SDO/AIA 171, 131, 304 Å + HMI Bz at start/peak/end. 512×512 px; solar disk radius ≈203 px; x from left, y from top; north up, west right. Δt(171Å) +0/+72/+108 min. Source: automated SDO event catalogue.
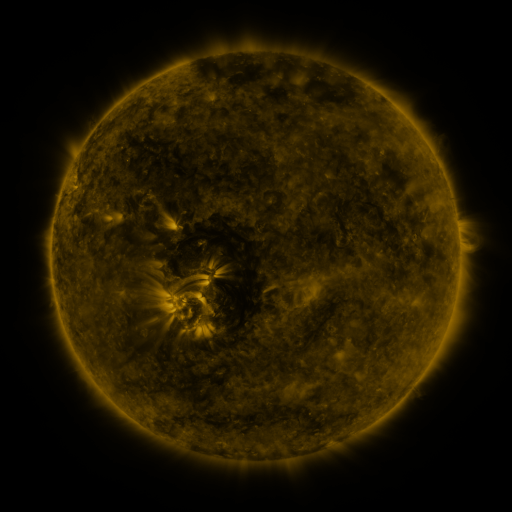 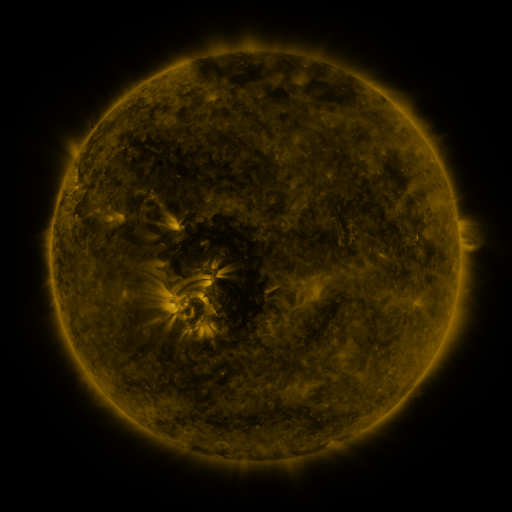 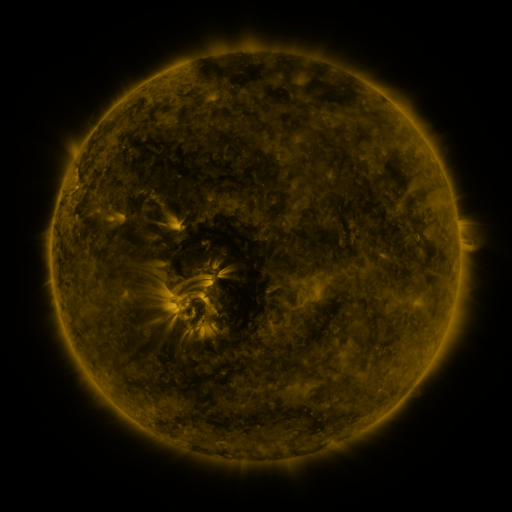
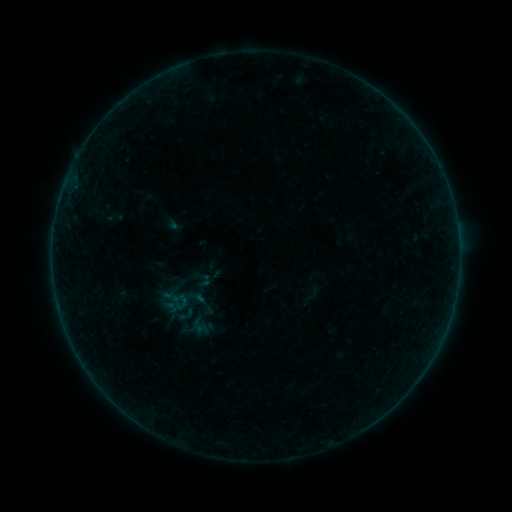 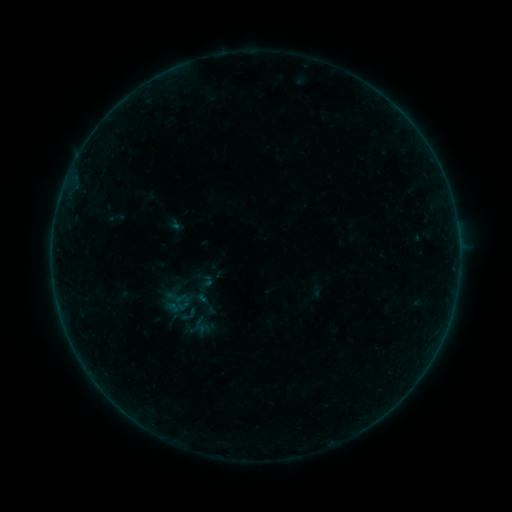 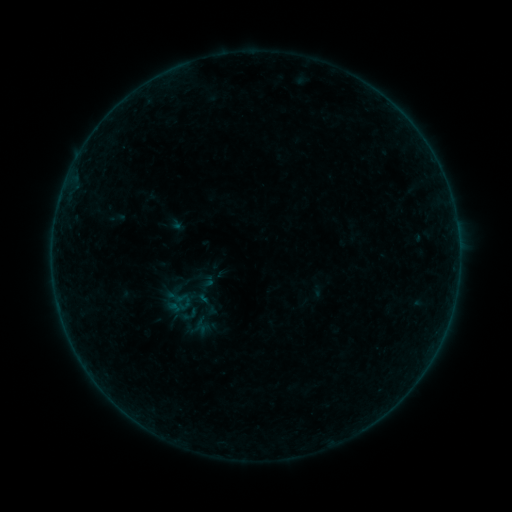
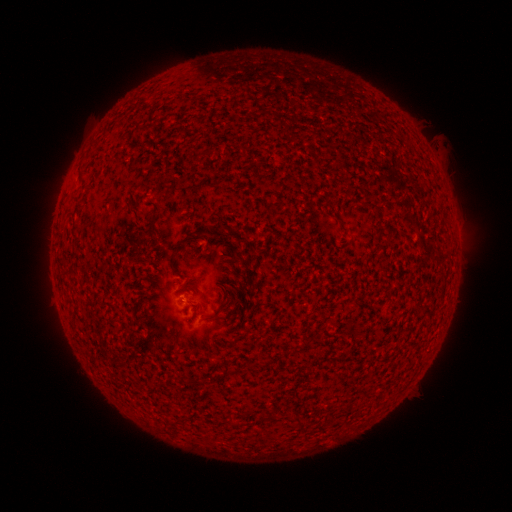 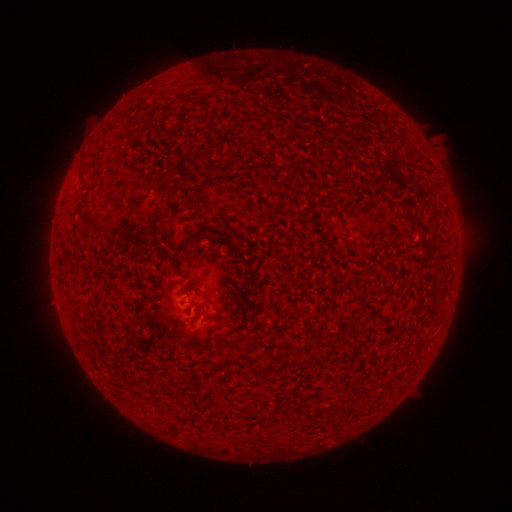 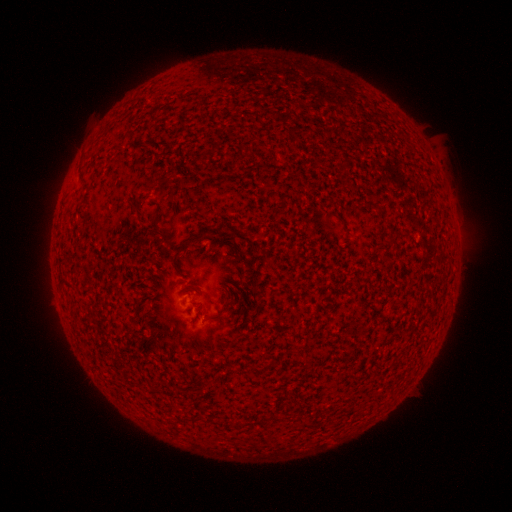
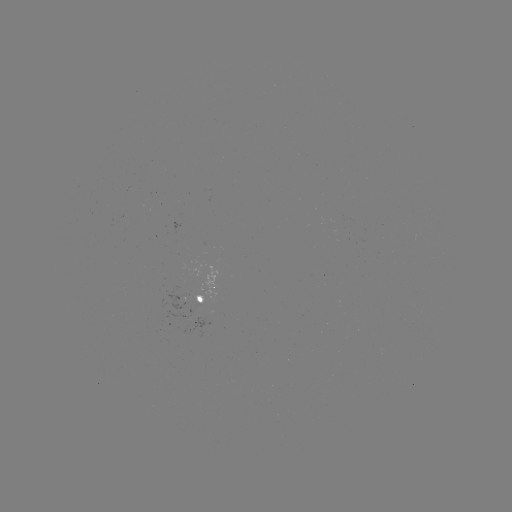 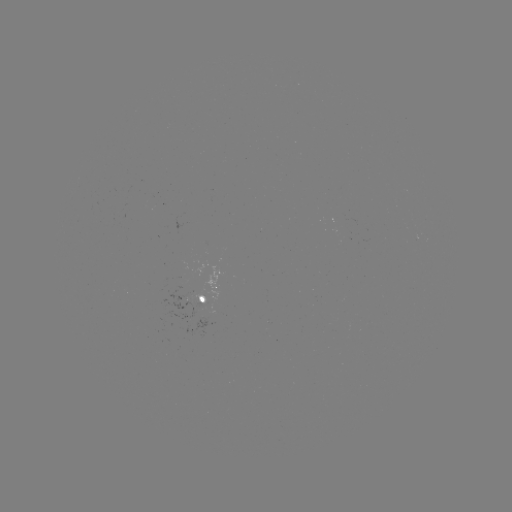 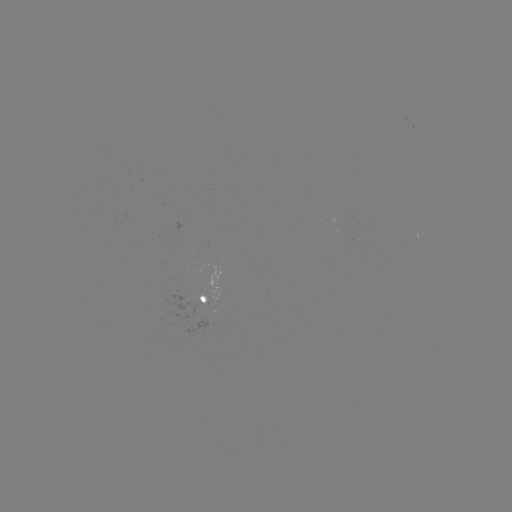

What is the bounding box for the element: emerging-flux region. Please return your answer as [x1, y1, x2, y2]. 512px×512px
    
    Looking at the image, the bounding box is [178, 306, 196, 321].